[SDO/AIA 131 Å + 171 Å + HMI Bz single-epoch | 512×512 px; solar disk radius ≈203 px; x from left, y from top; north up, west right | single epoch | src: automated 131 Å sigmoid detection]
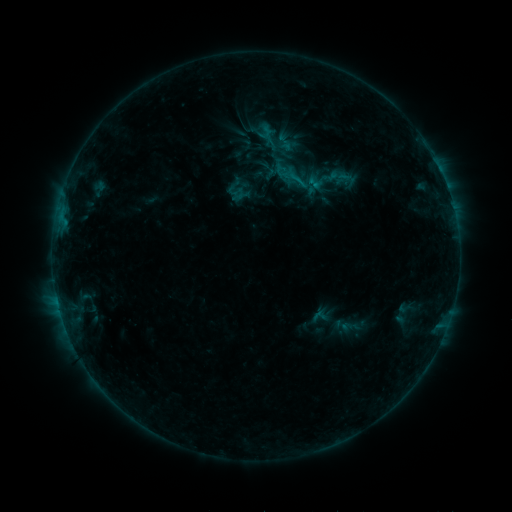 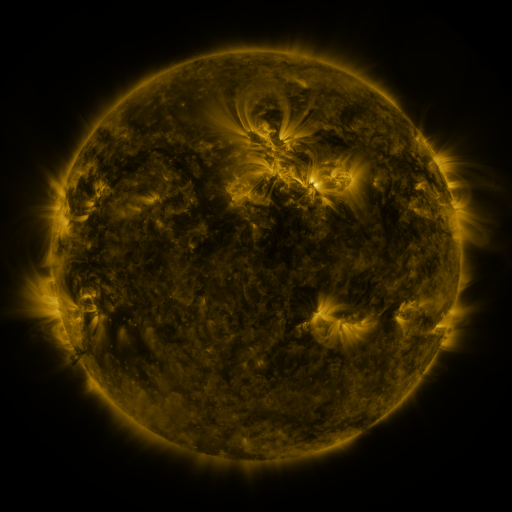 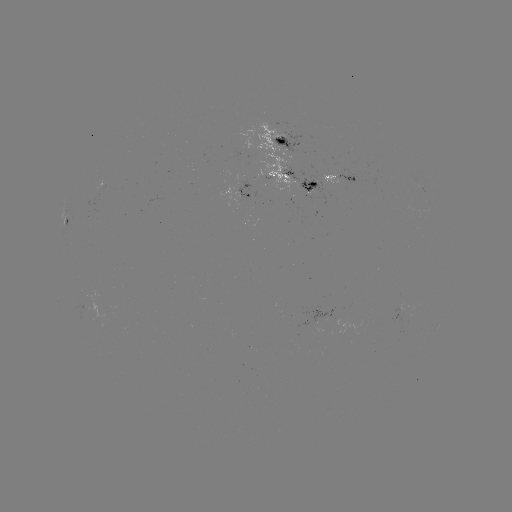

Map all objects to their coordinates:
sigmoid: (279, 145)
sigmoid: (319, 316)
